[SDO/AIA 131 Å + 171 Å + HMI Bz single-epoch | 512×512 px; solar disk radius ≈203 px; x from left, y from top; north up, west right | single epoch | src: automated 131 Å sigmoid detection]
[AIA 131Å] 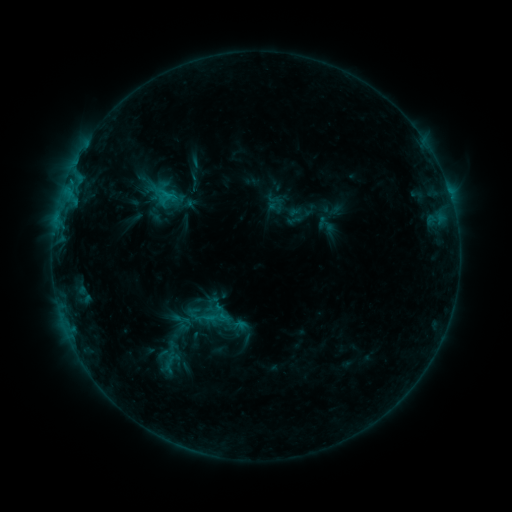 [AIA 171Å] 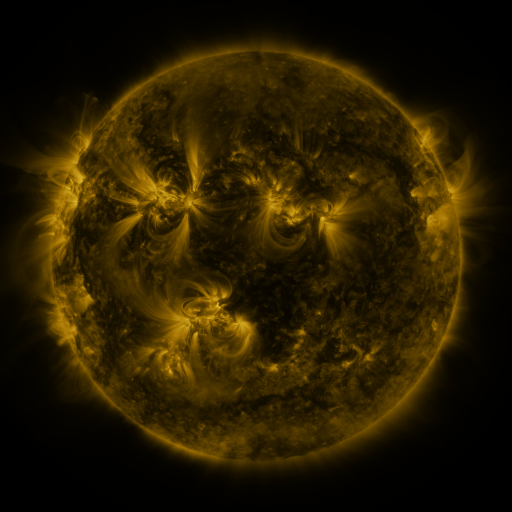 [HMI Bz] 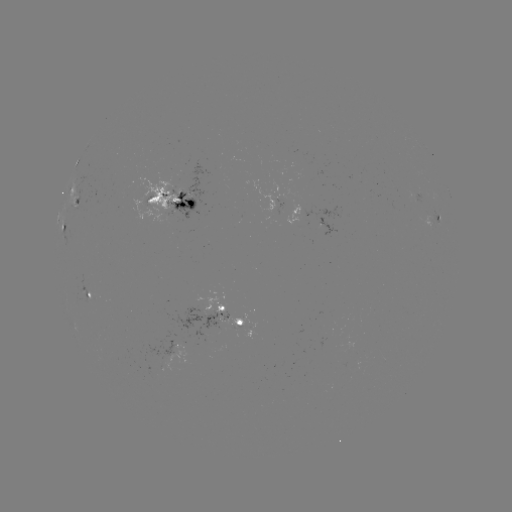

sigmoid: [200, 303, 231, 332]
